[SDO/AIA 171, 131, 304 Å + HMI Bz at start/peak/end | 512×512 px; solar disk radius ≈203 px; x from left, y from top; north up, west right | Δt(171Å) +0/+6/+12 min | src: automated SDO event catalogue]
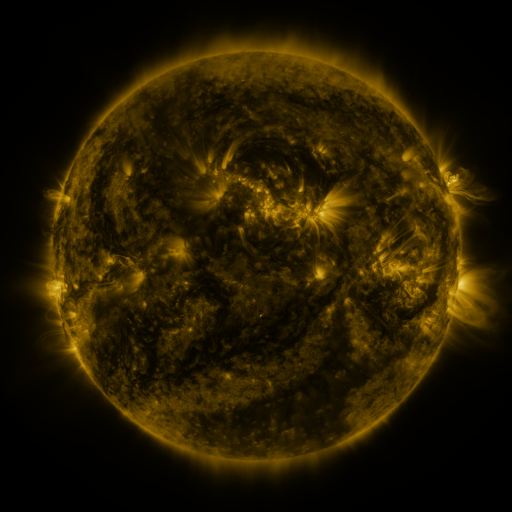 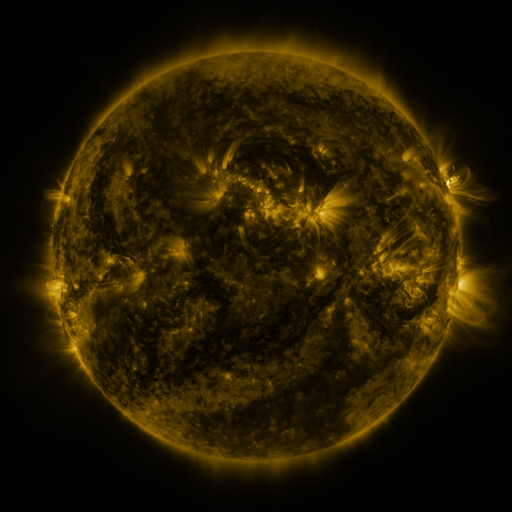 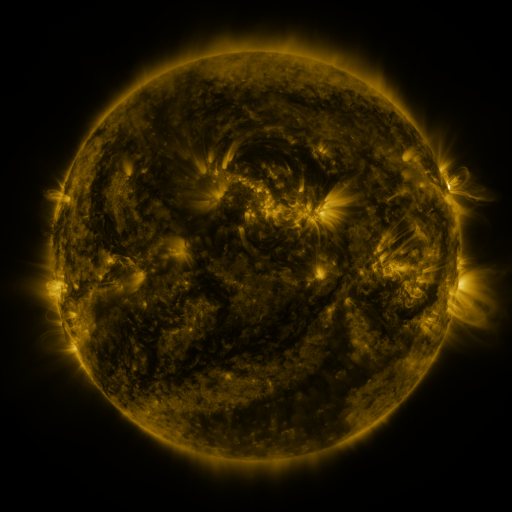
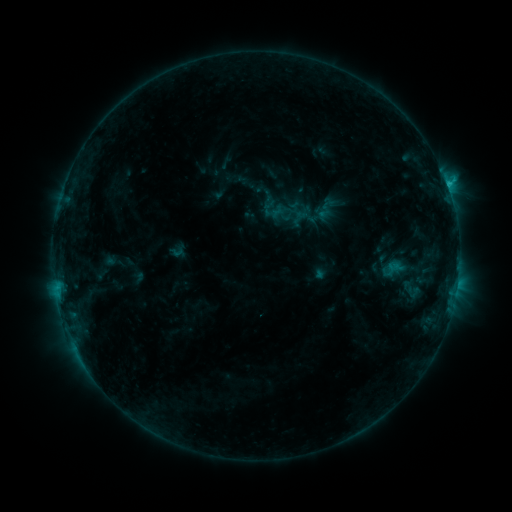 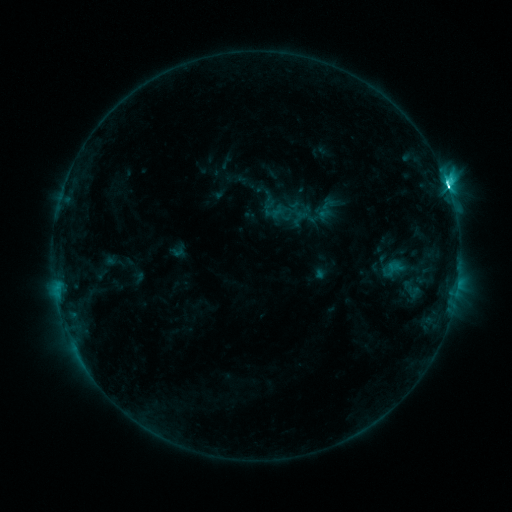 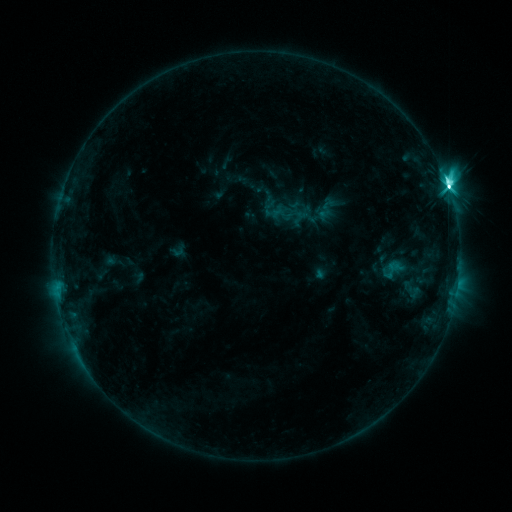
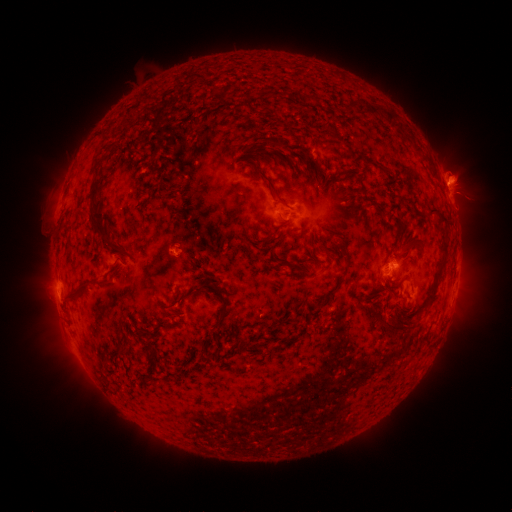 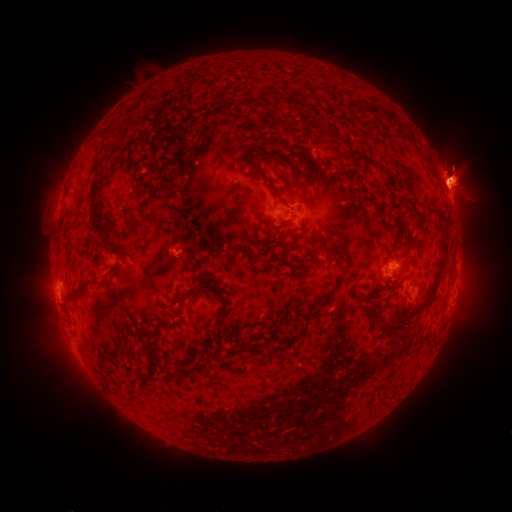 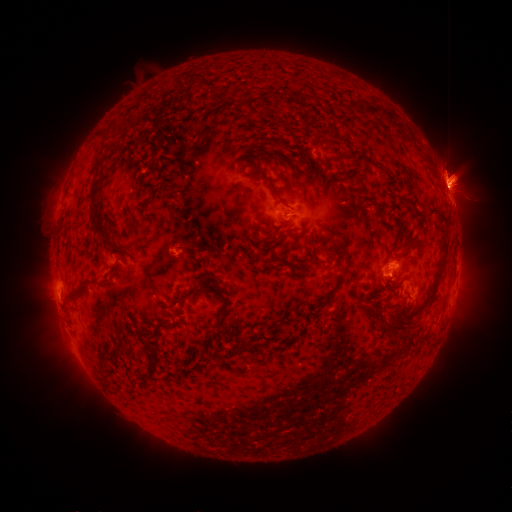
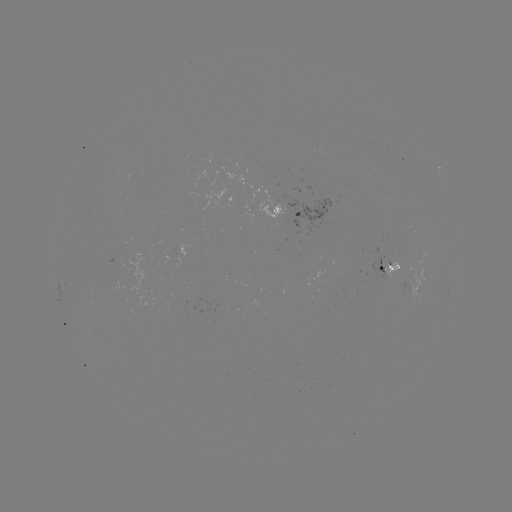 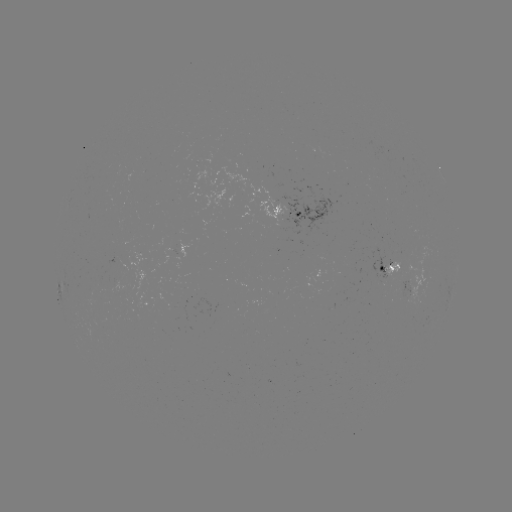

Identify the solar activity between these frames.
eruption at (457, 177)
